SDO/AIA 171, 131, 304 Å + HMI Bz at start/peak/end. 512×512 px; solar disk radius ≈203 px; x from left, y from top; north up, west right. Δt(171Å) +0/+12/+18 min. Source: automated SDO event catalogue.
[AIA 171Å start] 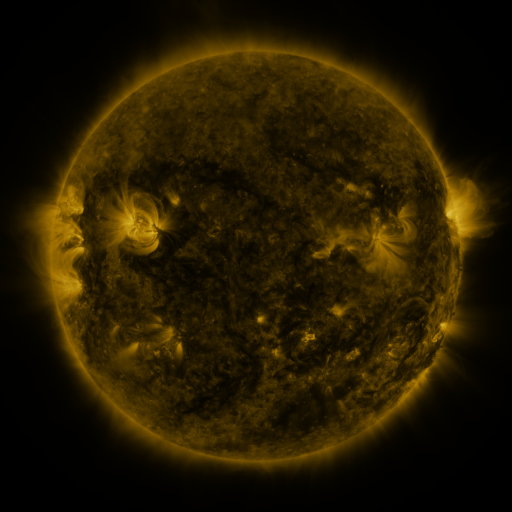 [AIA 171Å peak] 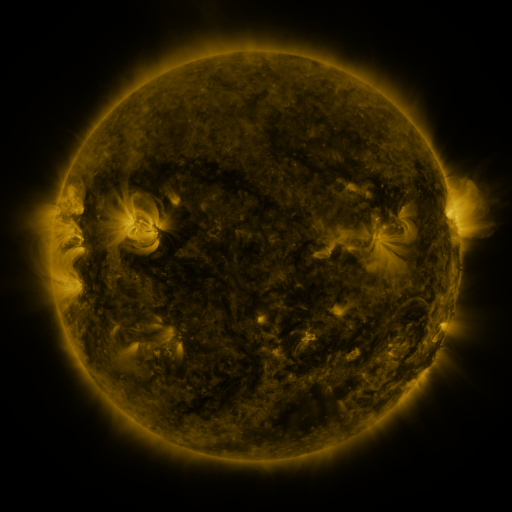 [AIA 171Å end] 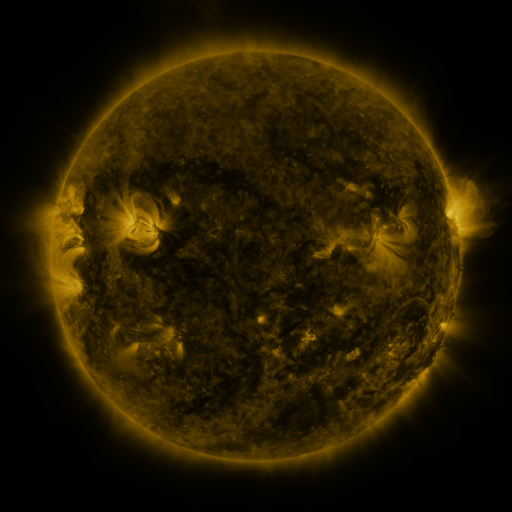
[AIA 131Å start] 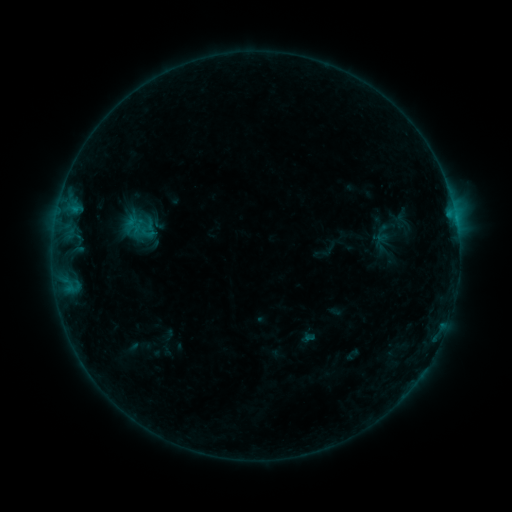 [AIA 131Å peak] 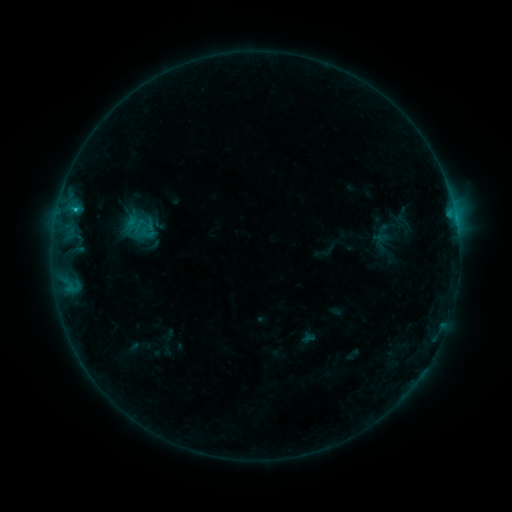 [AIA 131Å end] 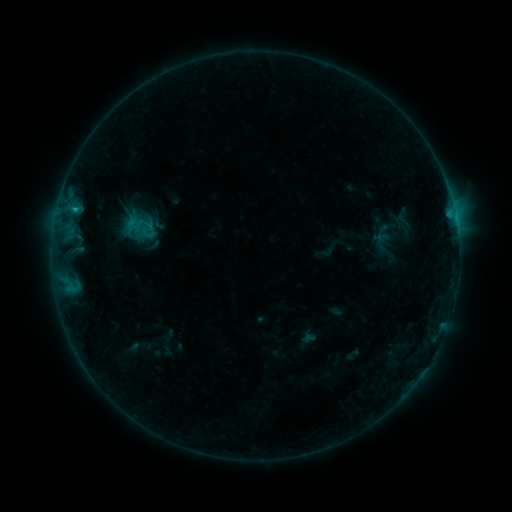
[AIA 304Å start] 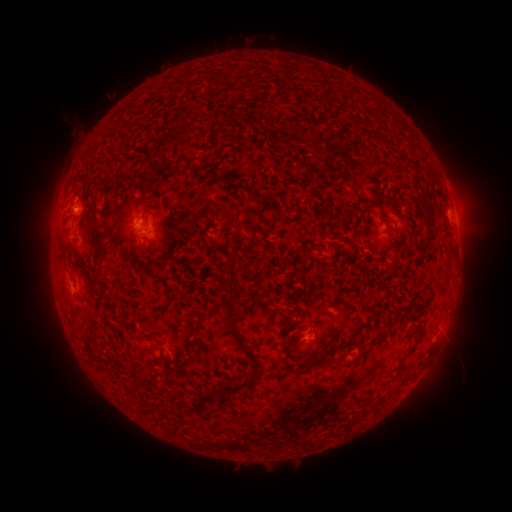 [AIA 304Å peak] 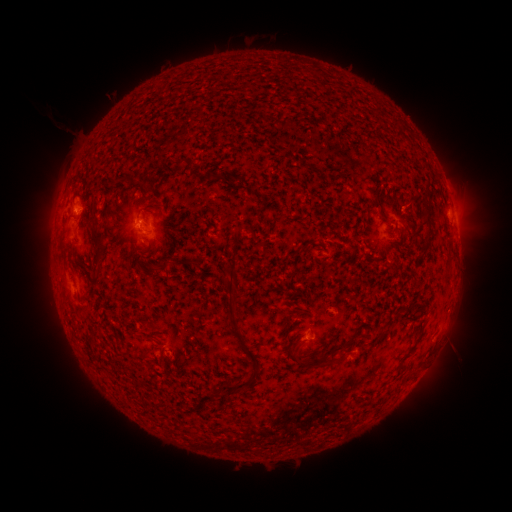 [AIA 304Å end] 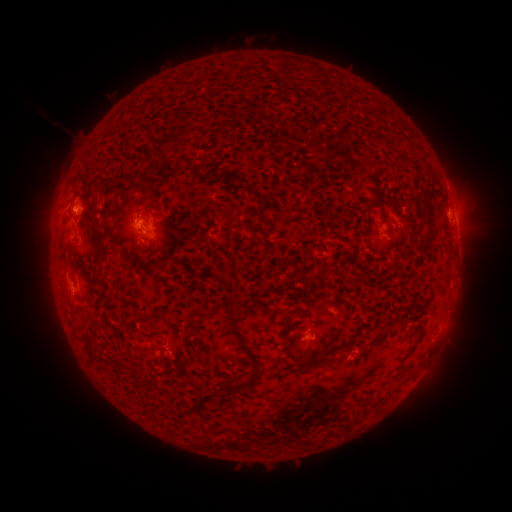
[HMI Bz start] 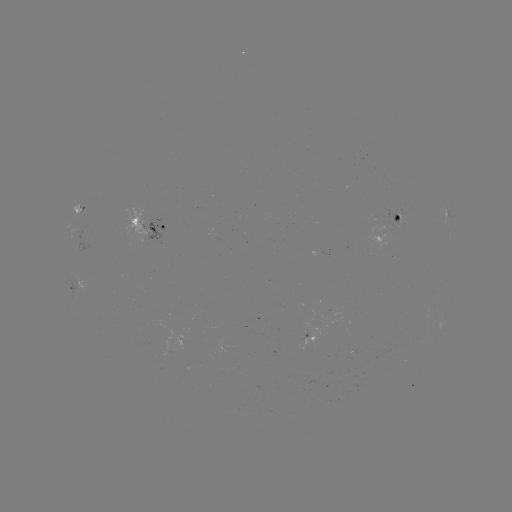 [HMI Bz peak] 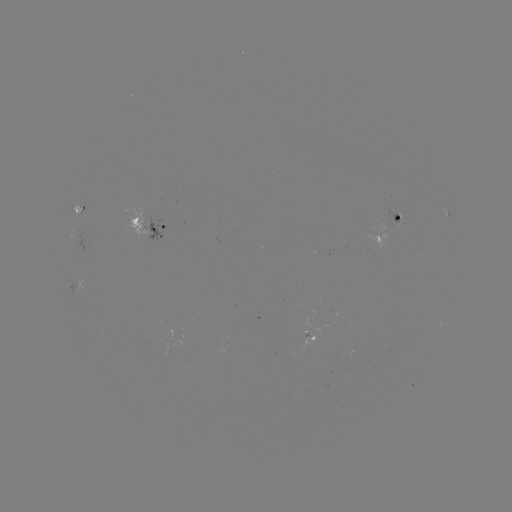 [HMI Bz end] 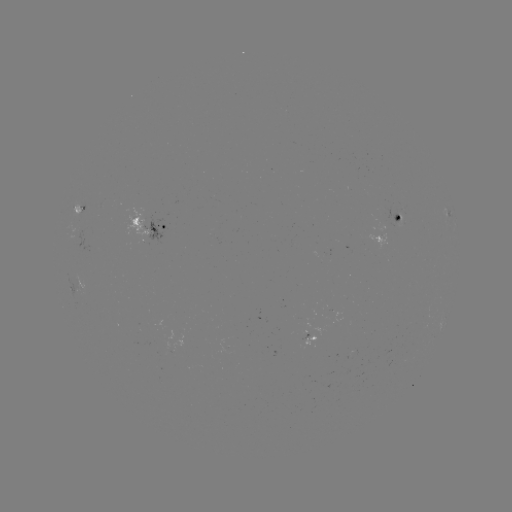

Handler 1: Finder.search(B7.4 flare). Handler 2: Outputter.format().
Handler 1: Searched B7.4 flare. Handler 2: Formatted [76, 212].